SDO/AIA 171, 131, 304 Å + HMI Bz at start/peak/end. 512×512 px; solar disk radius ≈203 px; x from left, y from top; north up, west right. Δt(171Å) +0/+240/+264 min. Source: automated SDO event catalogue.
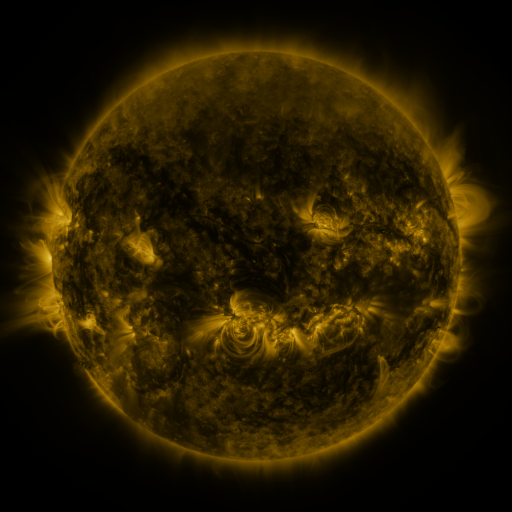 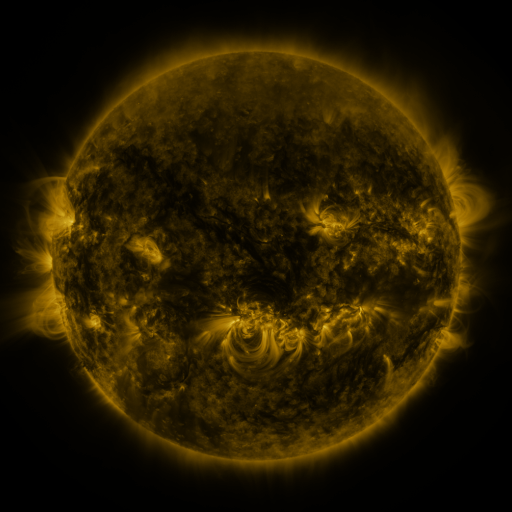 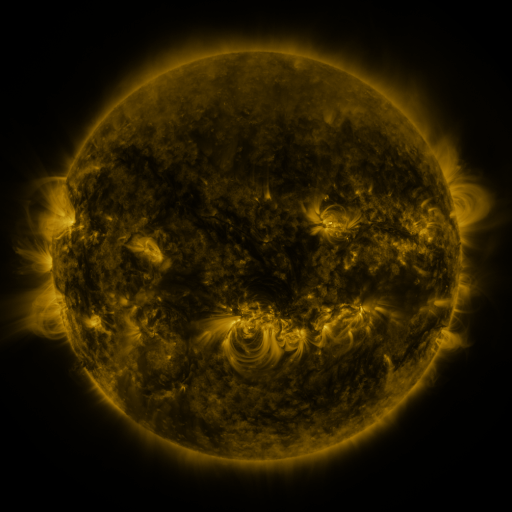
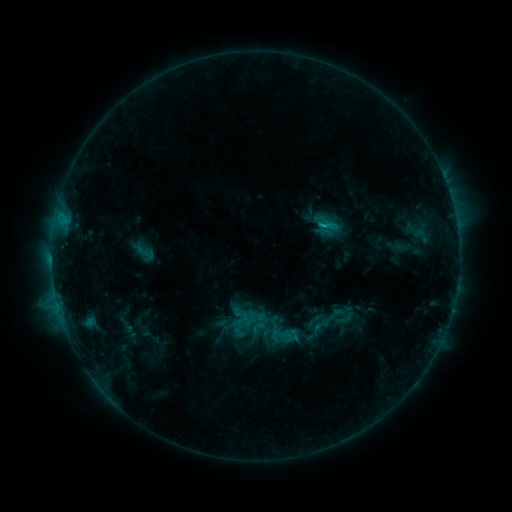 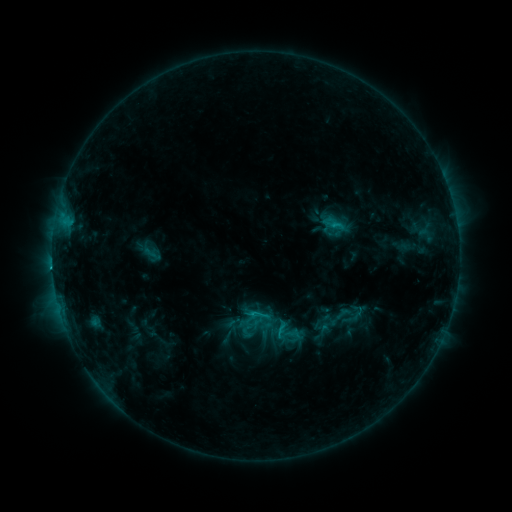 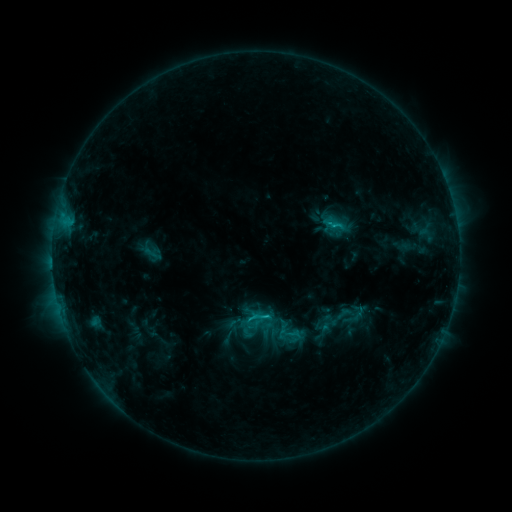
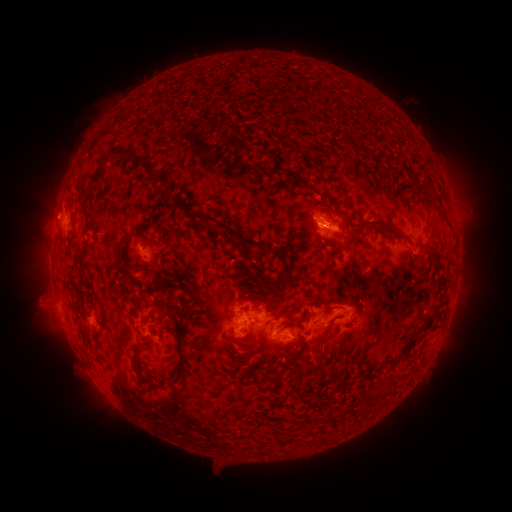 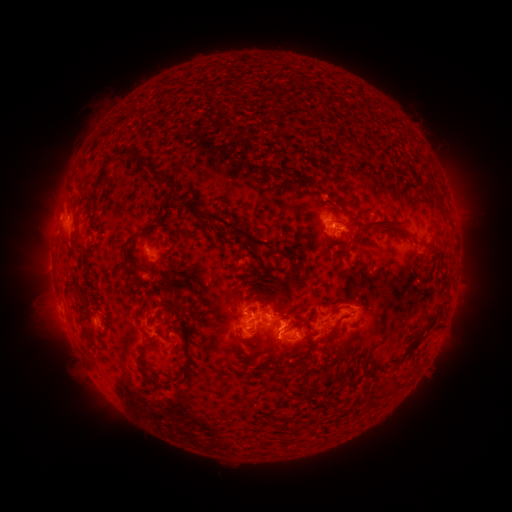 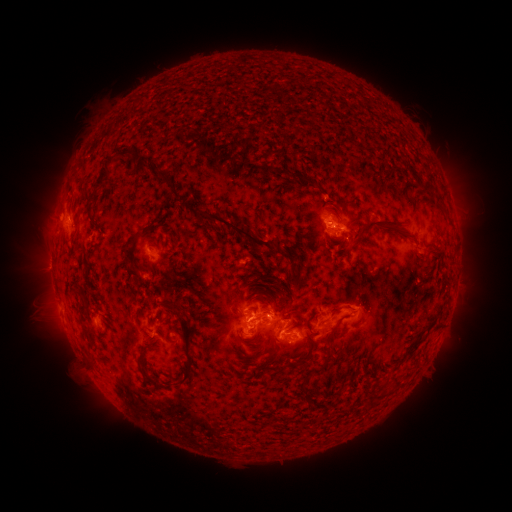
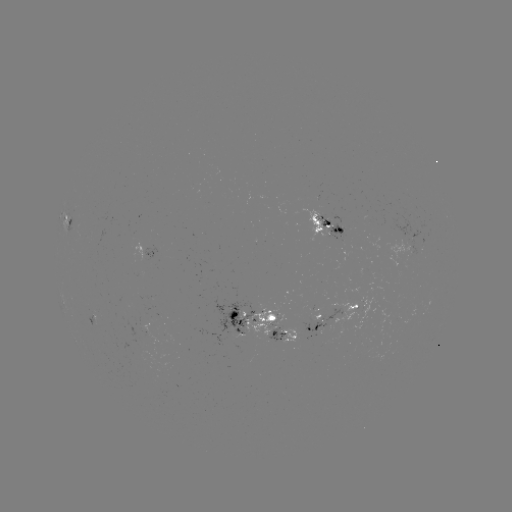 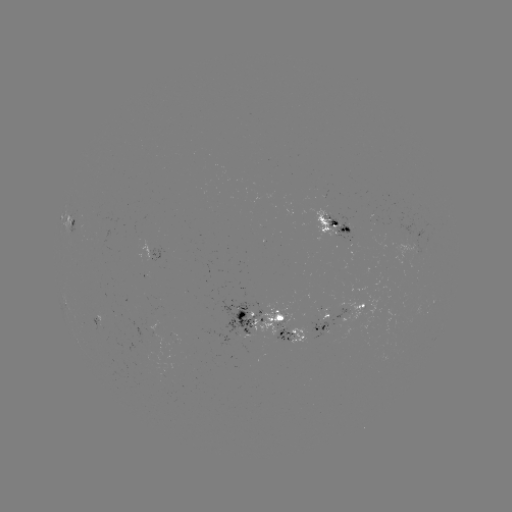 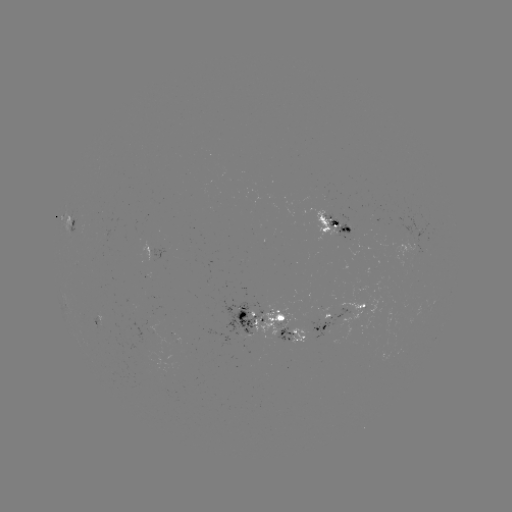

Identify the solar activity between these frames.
emerging-flux region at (278, 339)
